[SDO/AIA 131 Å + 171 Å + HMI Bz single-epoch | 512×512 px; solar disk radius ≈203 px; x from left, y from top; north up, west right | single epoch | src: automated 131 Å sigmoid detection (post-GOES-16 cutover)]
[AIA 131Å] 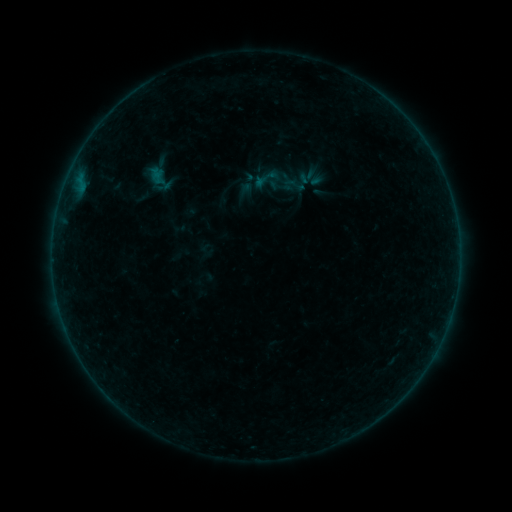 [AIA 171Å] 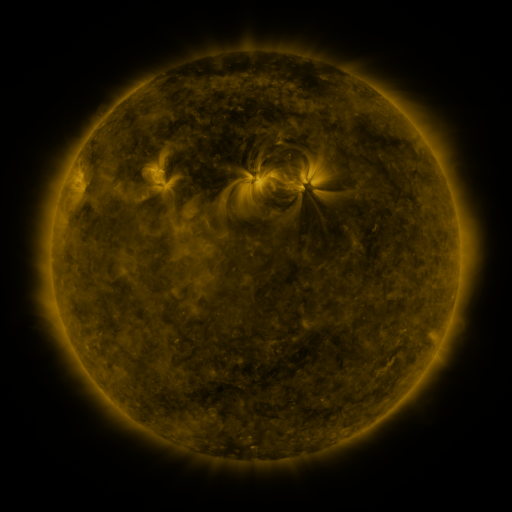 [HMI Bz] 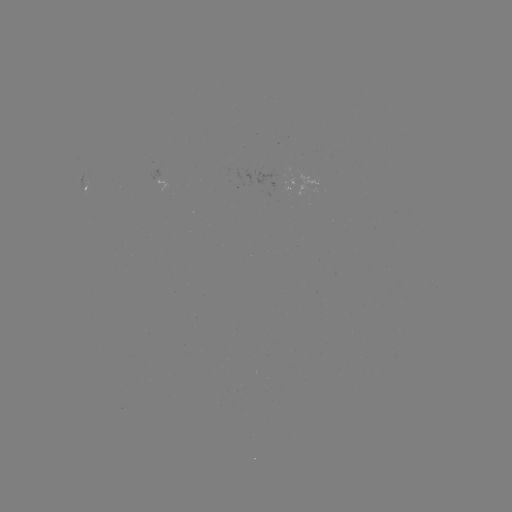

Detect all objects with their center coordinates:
sigmoid: (307, 176)
sigmoid: (267, 178)
